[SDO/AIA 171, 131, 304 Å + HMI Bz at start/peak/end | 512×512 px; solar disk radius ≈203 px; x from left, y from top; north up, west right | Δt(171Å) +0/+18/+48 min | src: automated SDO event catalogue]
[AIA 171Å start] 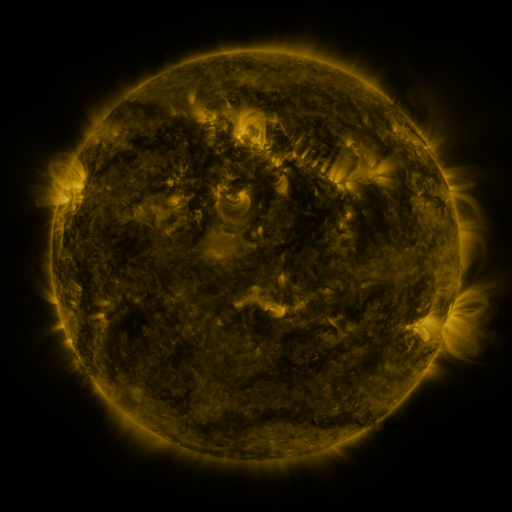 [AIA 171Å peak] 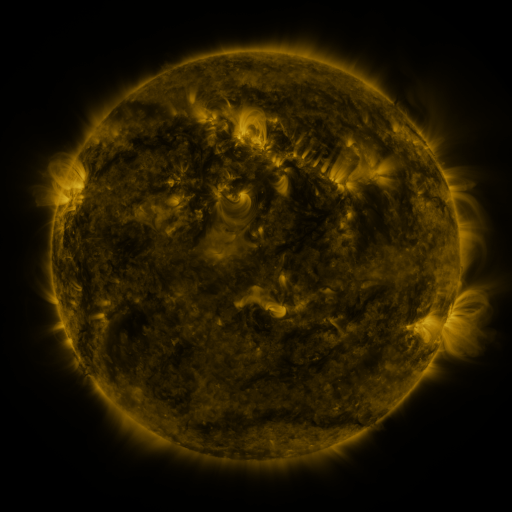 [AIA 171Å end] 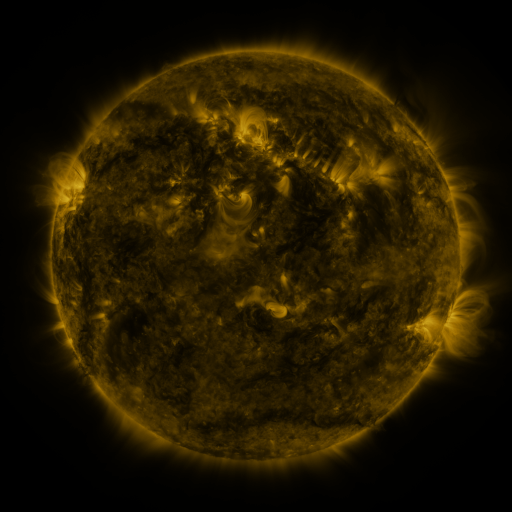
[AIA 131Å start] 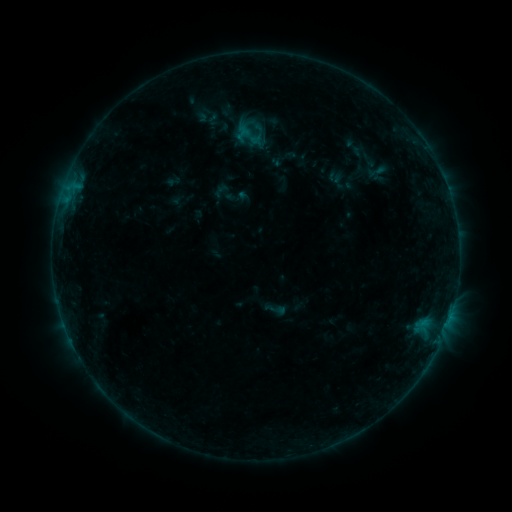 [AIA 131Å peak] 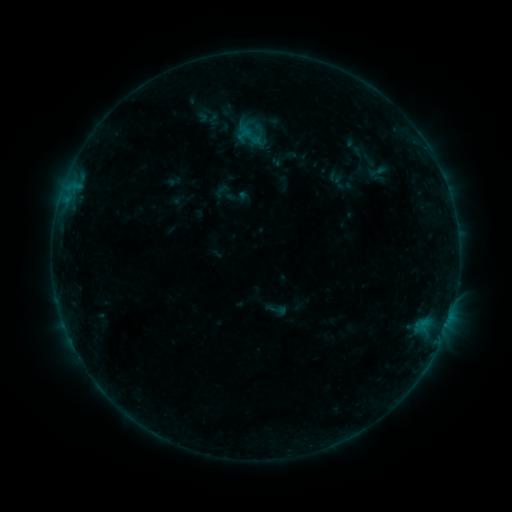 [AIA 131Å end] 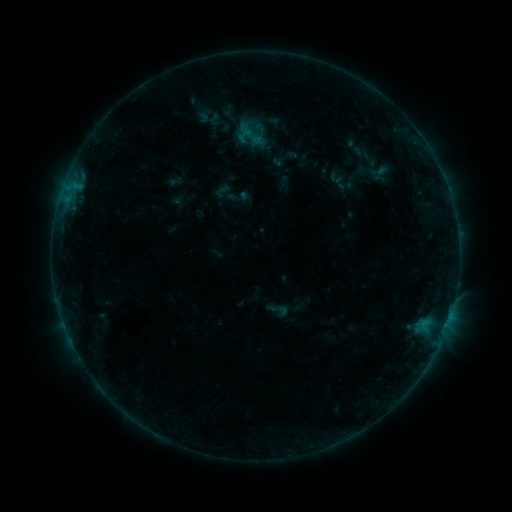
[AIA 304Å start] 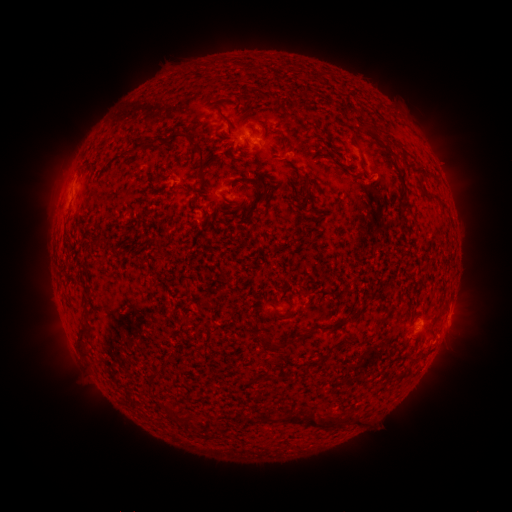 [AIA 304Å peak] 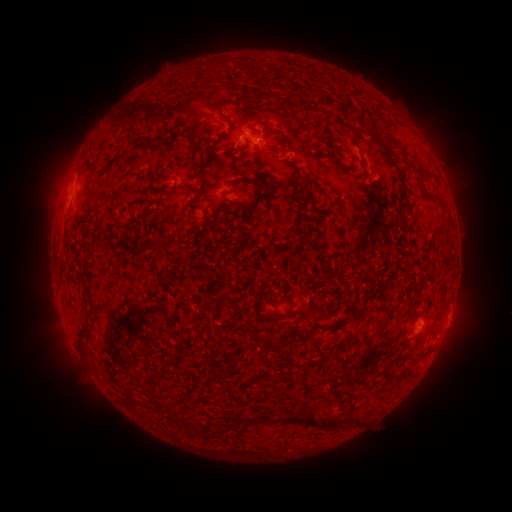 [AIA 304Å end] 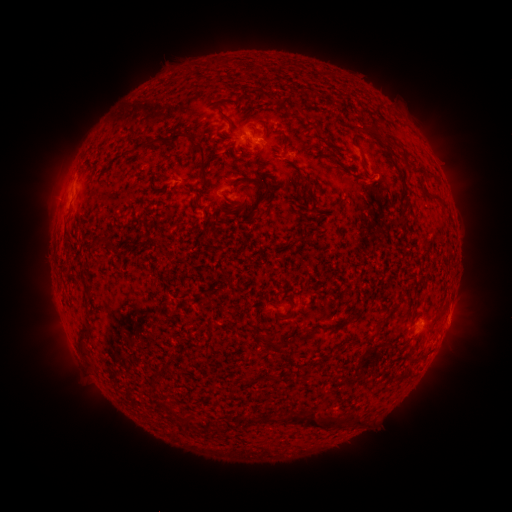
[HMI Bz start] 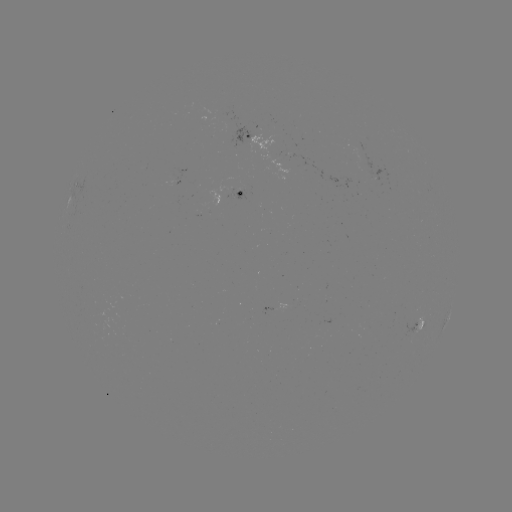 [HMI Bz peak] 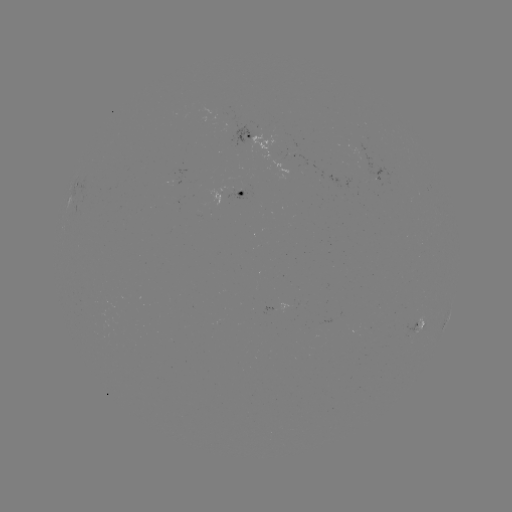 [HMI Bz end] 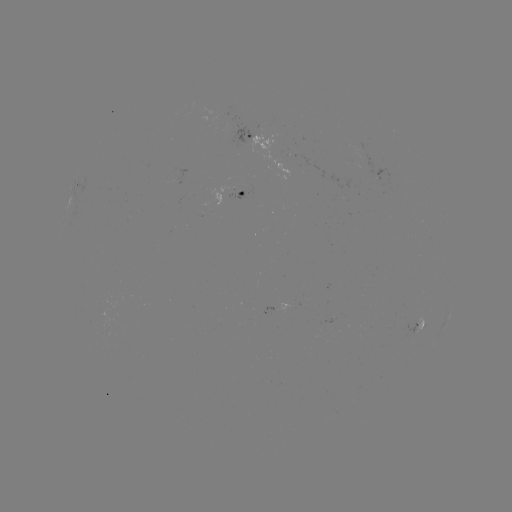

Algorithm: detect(B3.0 flare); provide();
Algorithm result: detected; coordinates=252,133